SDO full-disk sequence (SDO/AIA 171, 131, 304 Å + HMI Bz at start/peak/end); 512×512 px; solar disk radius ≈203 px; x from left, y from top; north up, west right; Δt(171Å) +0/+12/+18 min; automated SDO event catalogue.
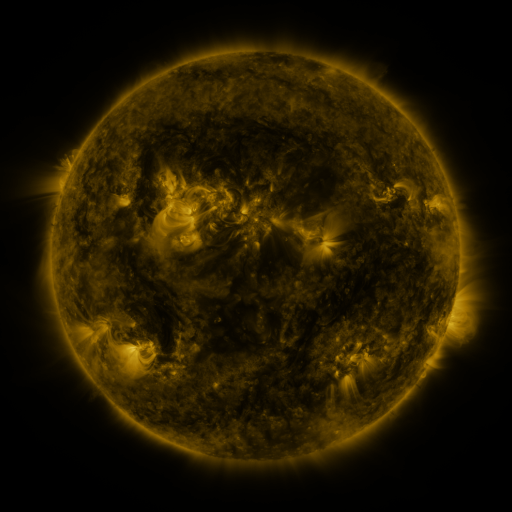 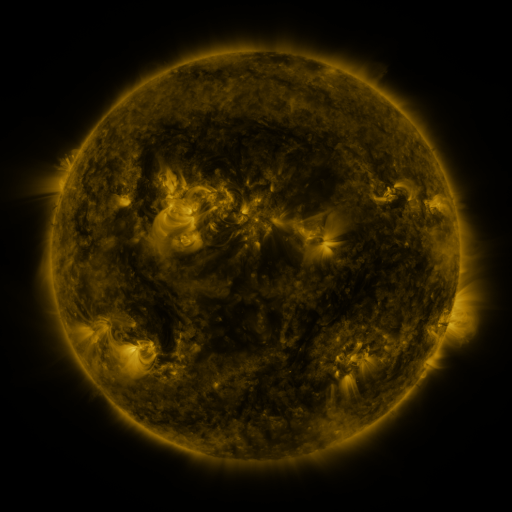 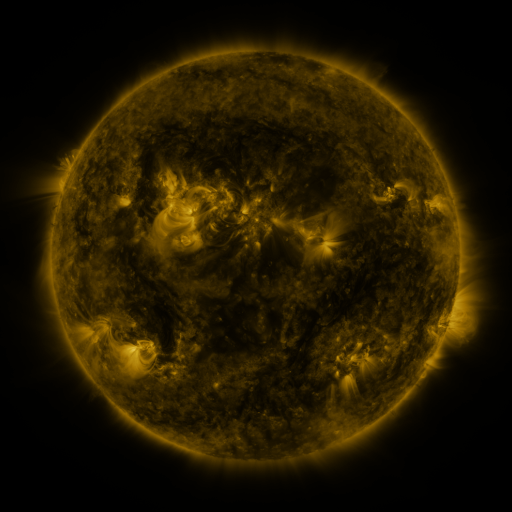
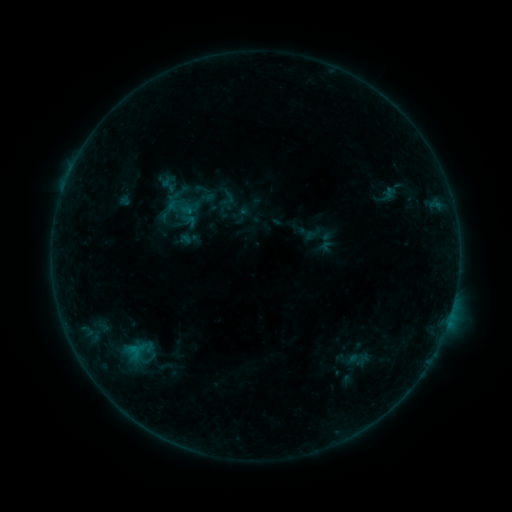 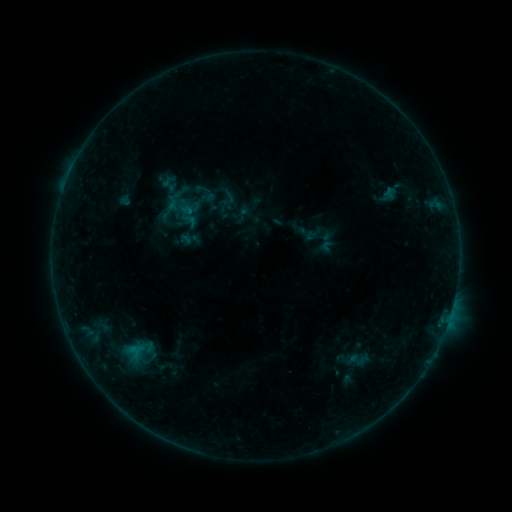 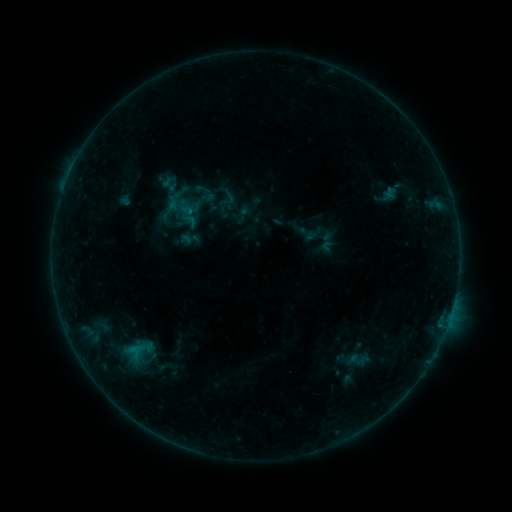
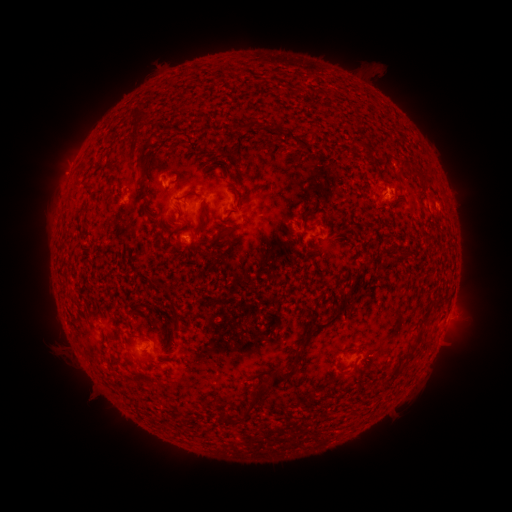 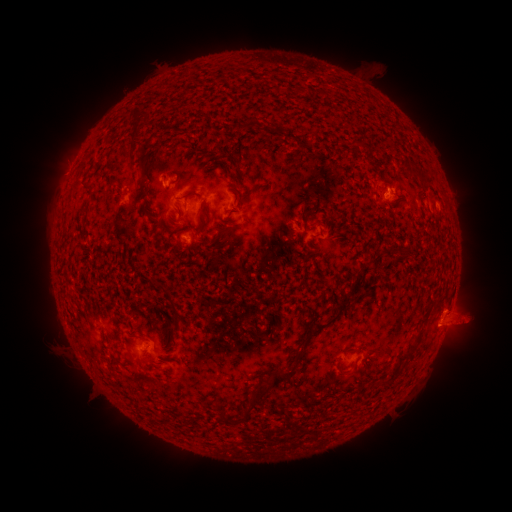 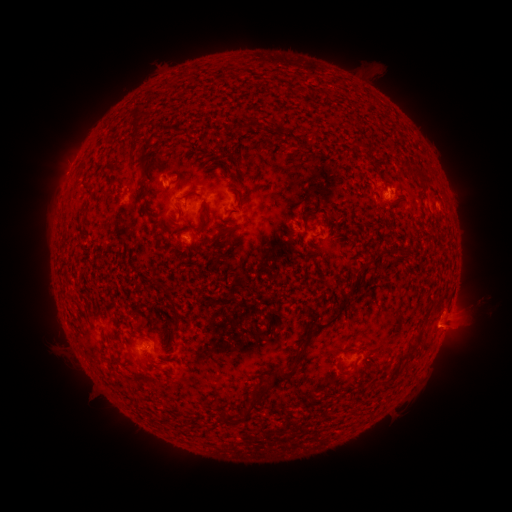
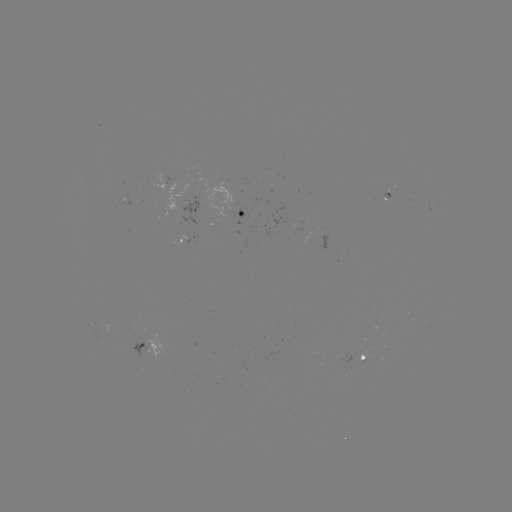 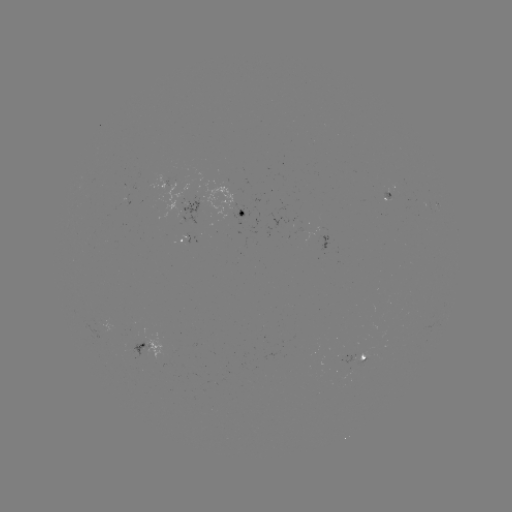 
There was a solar eruption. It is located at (464, 316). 